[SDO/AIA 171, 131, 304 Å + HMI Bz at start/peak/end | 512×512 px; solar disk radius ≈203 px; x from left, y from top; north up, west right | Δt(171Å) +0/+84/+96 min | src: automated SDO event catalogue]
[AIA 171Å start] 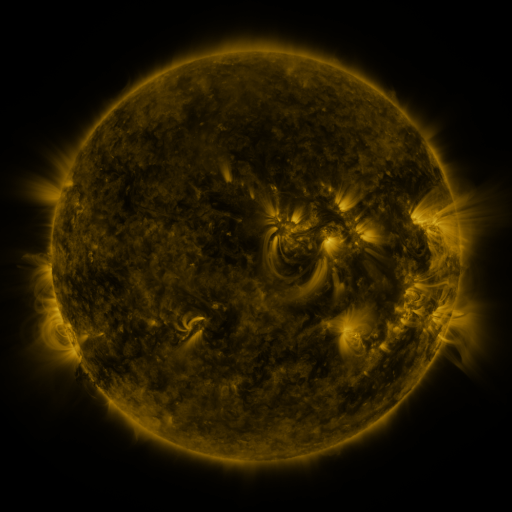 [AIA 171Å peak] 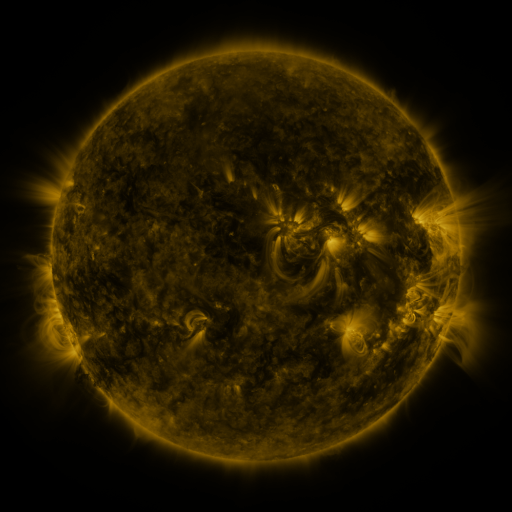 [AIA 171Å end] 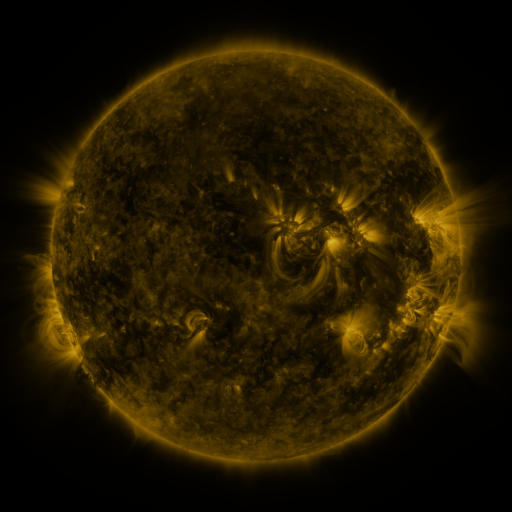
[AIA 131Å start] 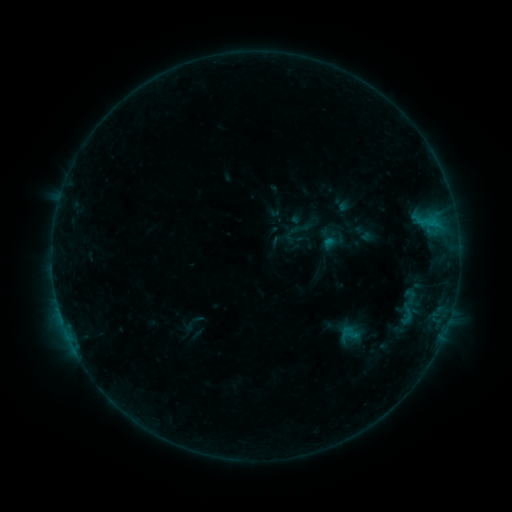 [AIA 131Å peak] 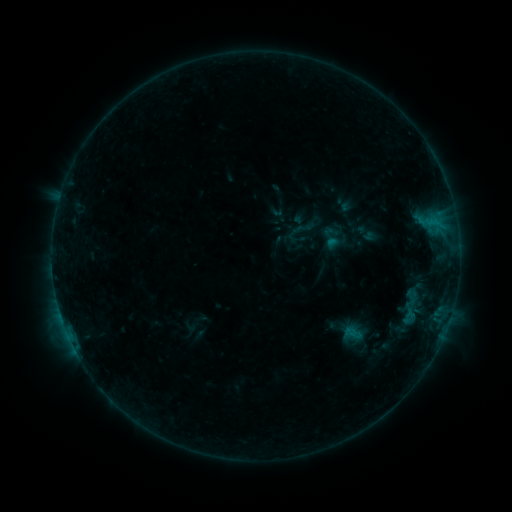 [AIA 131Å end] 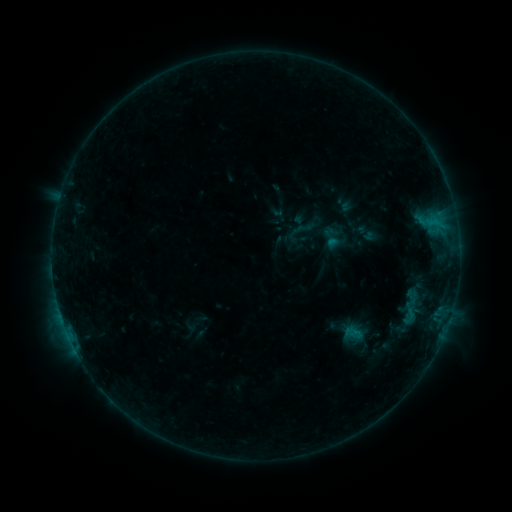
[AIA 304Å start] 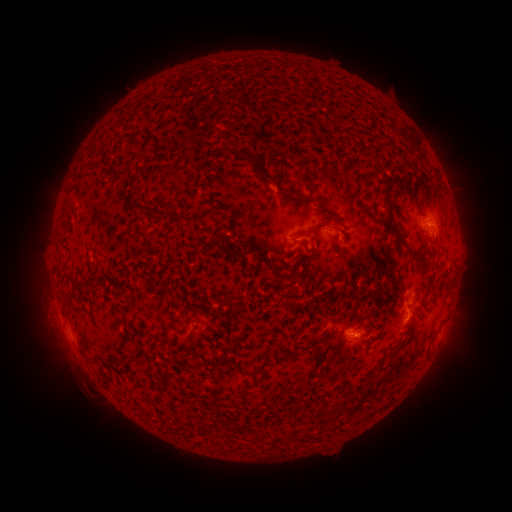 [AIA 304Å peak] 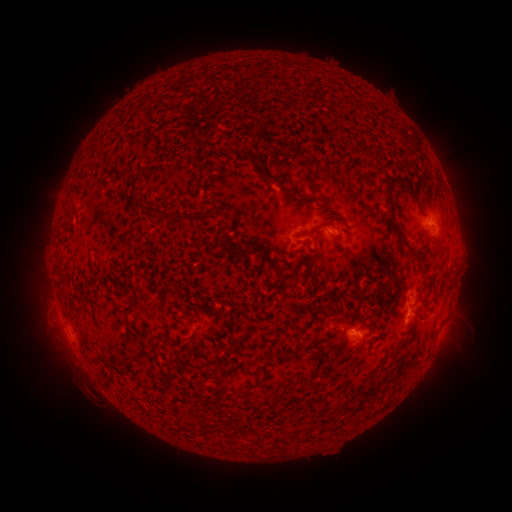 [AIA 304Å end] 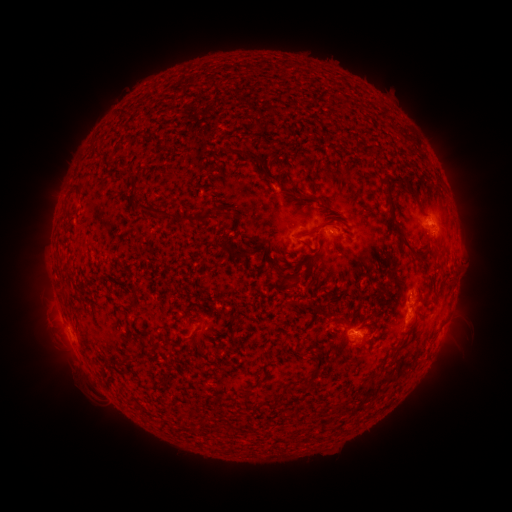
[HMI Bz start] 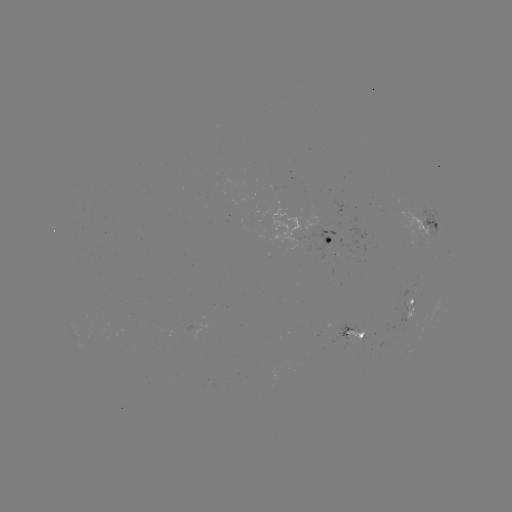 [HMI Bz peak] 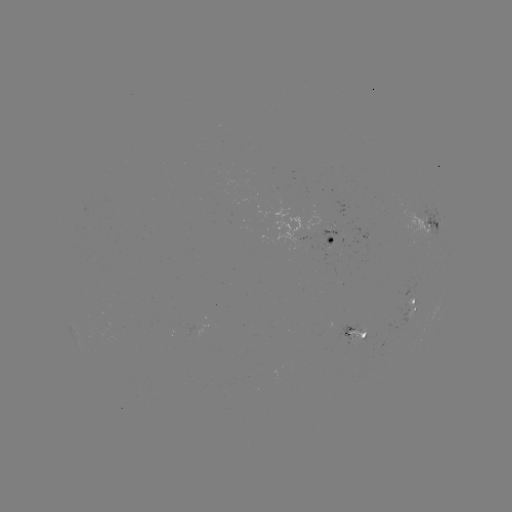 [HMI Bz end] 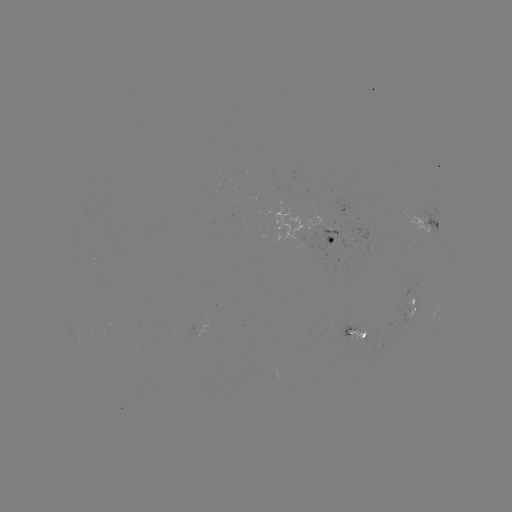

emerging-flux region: <bbox>347, 329, 366, 342</bbox>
